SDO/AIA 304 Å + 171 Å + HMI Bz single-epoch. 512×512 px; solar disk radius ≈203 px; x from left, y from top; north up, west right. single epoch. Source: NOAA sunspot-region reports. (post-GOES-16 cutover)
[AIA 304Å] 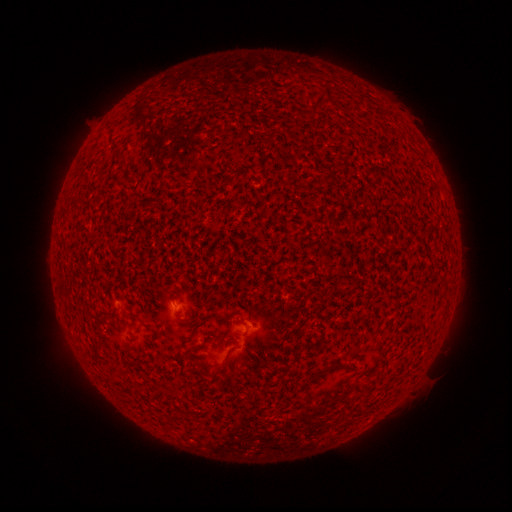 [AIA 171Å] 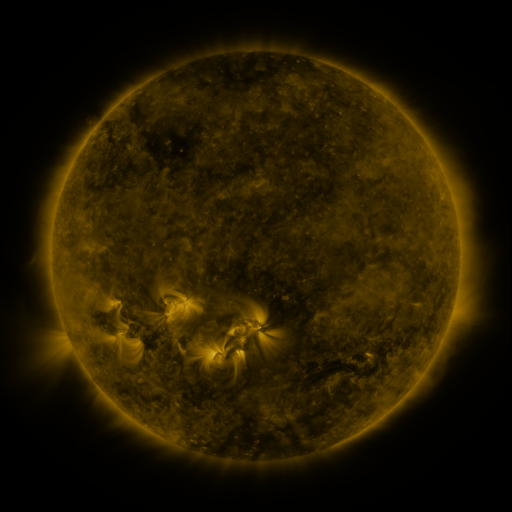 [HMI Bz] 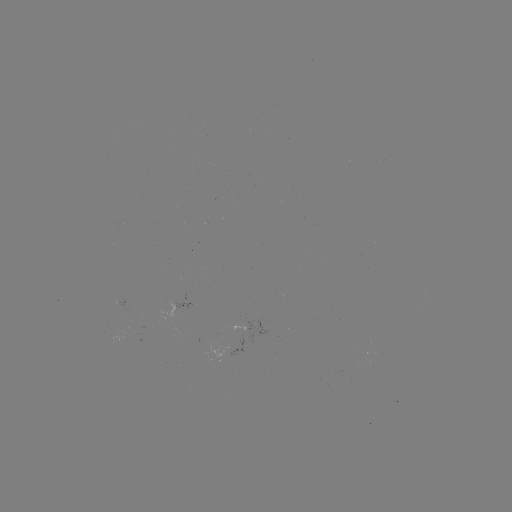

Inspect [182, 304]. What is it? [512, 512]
spotted active region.